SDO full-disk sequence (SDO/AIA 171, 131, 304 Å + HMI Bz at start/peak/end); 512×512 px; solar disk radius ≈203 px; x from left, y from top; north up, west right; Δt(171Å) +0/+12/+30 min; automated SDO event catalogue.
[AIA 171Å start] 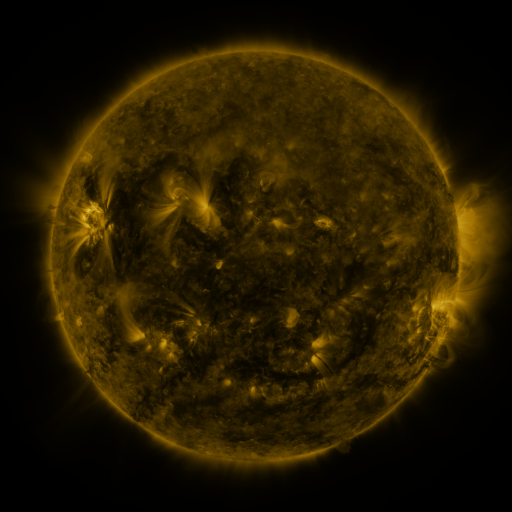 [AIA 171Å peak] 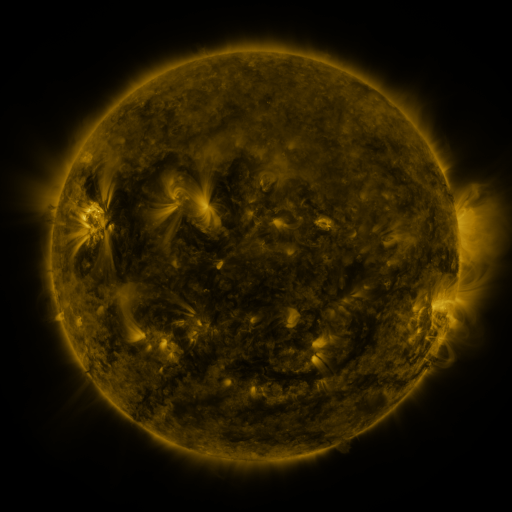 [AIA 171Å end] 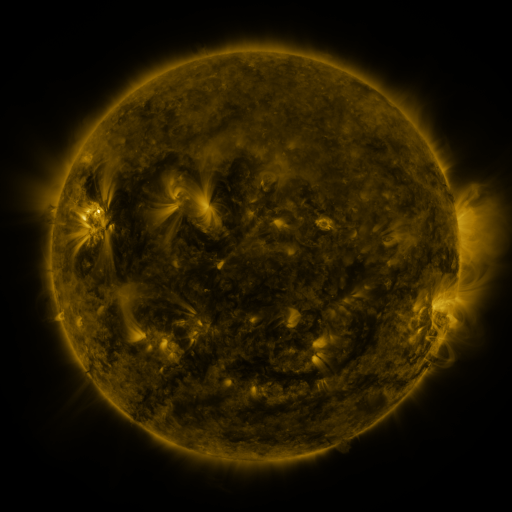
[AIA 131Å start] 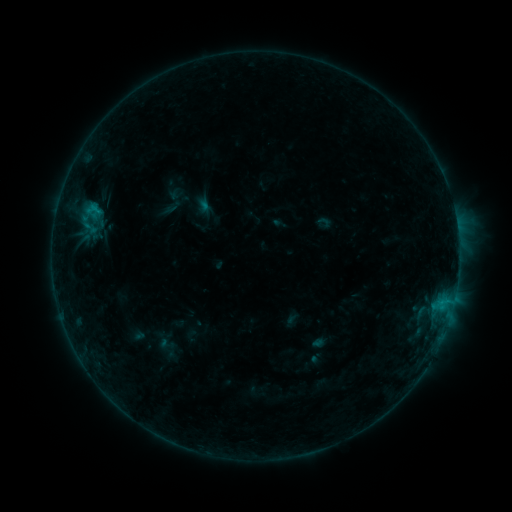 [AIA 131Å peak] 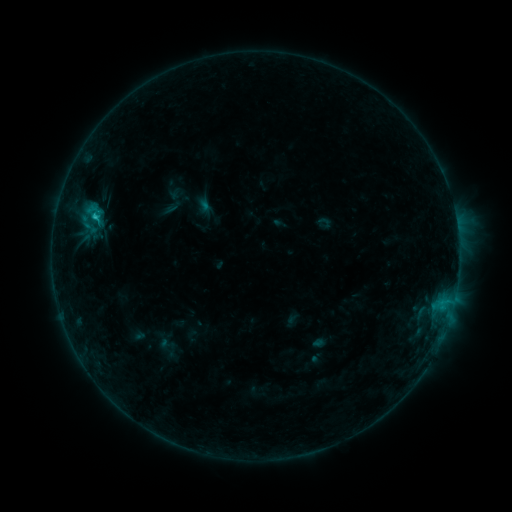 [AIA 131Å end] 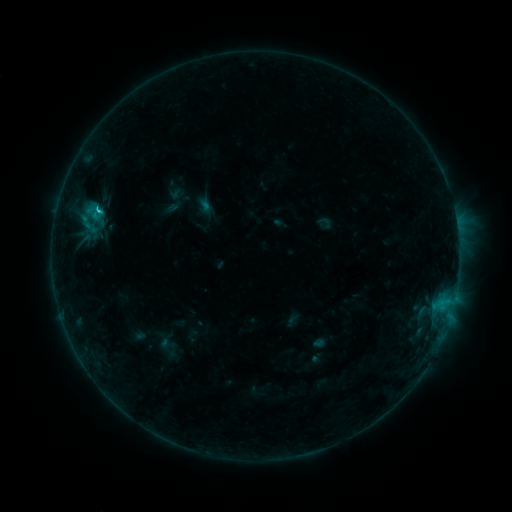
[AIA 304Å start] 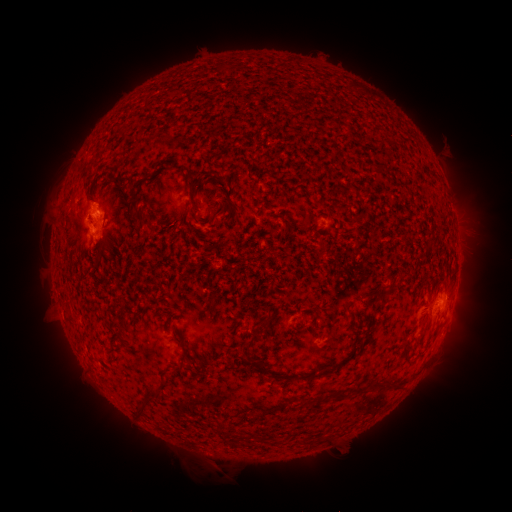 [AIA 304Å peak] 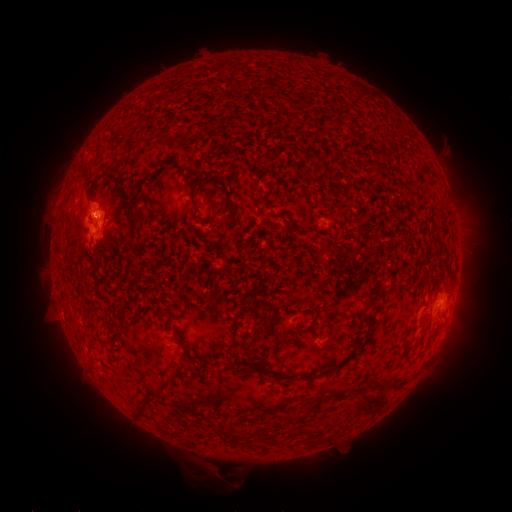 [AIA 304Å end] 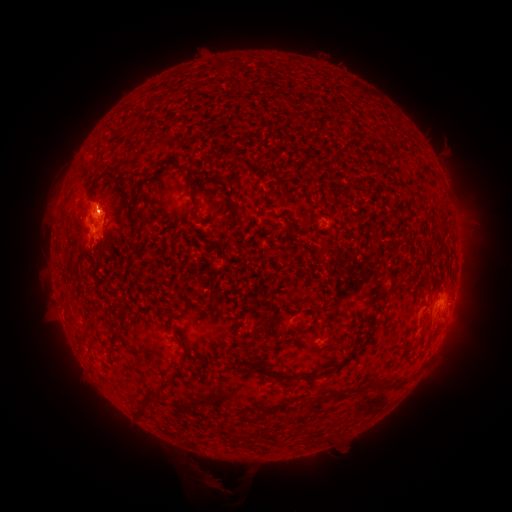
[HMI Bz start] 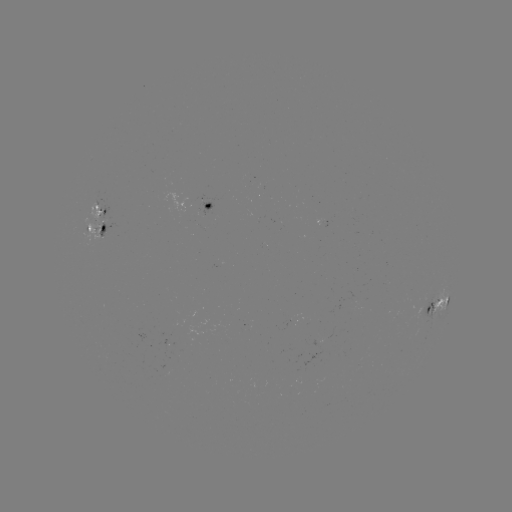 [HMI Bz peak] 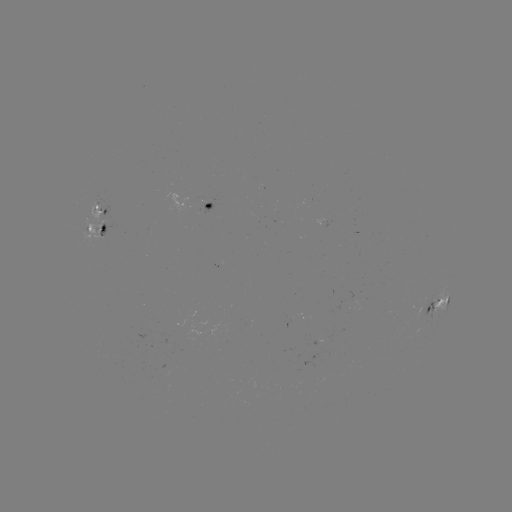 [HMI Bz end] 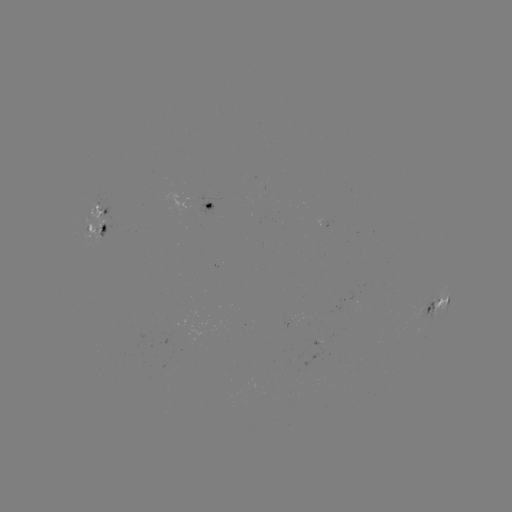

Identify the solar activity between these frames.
eruption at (217, 474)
